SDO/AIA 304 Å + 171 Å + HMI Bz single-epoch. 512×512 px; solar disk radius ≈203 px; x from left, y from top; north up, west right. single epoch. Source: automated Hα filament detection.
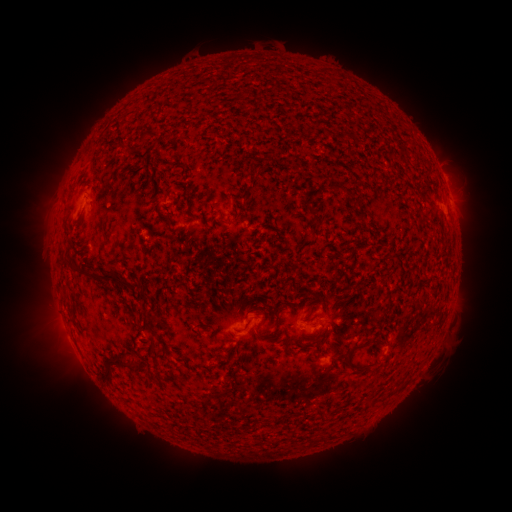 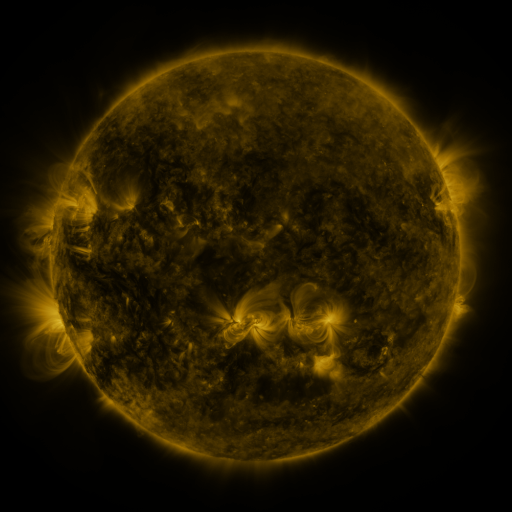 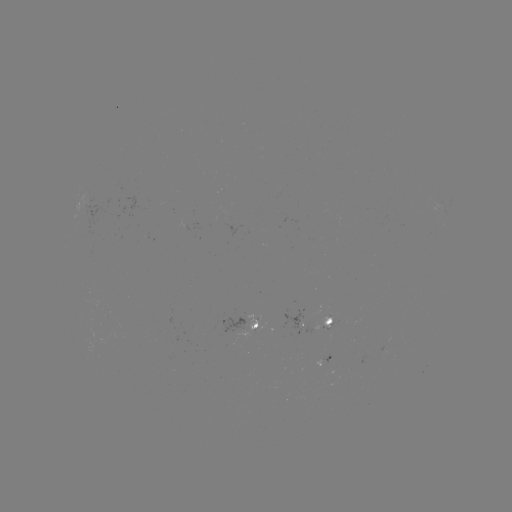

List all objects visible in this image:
filament: (169, 221)
filament: (115, 279)
filament: (328, 322)
filament: (245, 327)
filament: (150, 328)
filament: (349, 355)
filament: (113, 360)
